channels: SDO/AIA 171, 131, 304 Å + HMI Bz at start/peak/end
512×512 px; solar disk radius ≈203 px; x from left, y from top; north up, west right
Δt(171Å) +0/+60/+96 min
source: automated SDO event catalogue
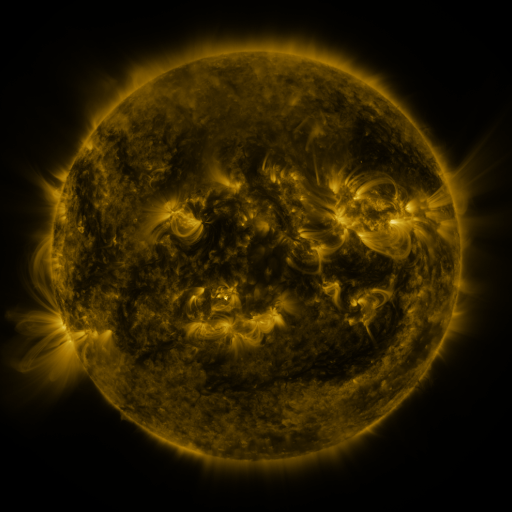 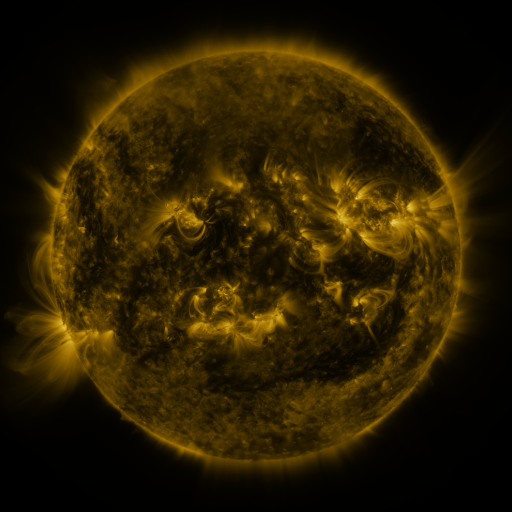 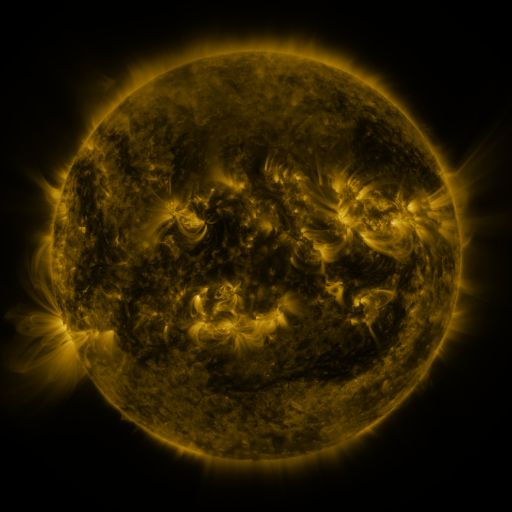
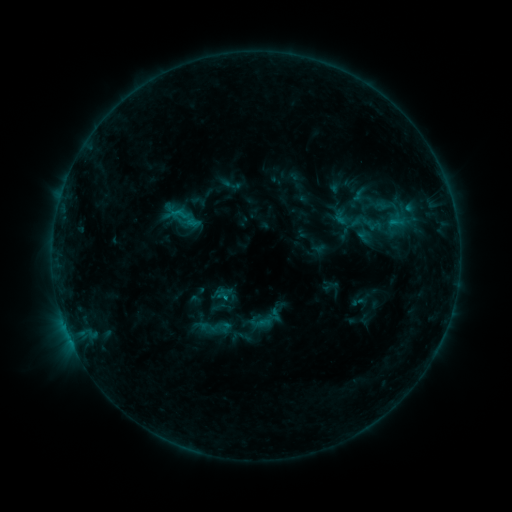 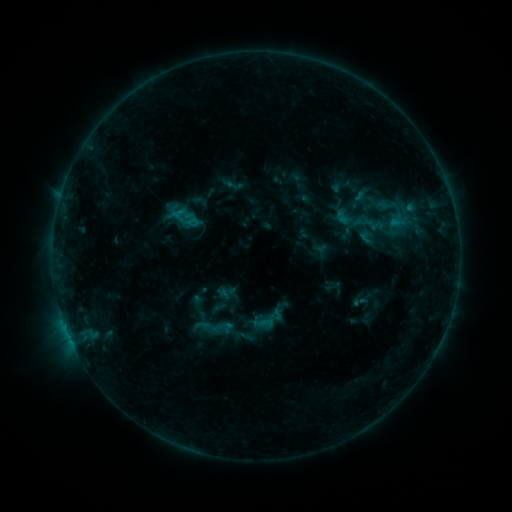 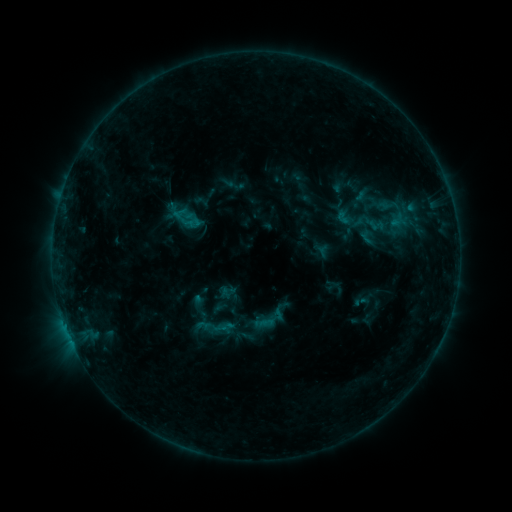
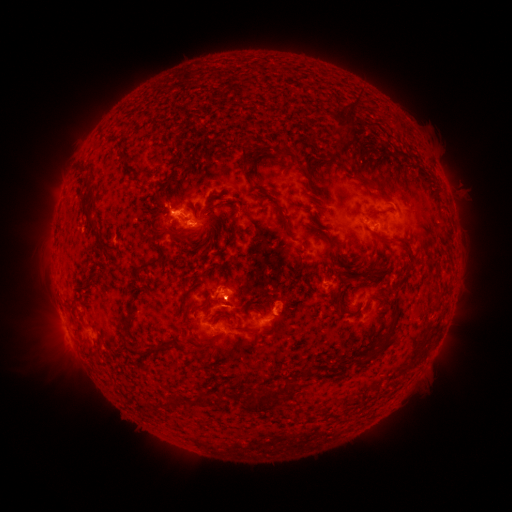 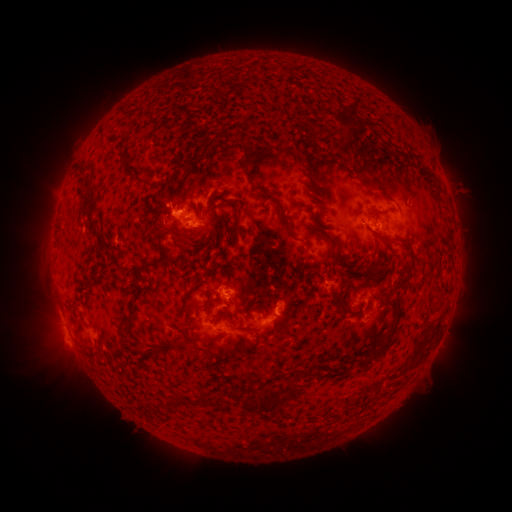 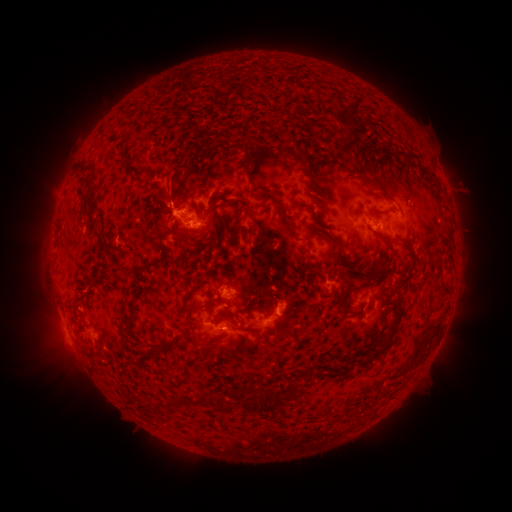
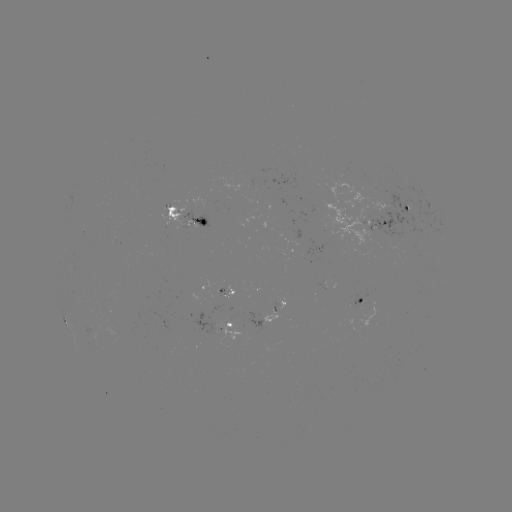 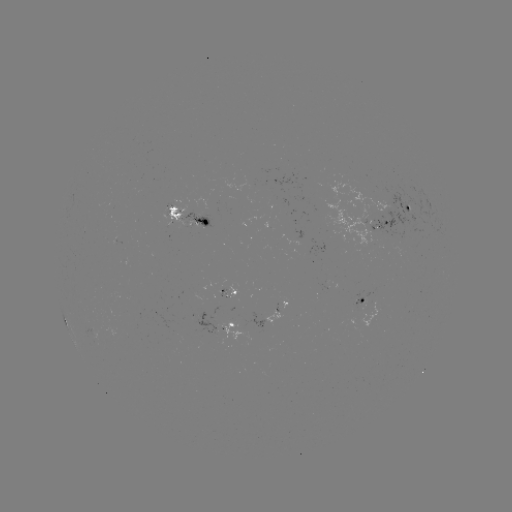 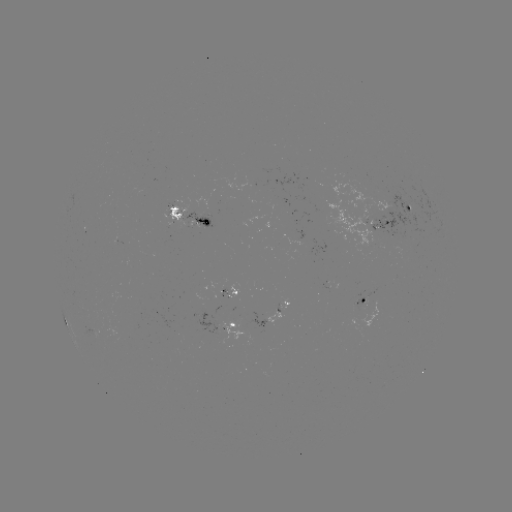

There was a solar emerging-flux region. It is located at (172, 206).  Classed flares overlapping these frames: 1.